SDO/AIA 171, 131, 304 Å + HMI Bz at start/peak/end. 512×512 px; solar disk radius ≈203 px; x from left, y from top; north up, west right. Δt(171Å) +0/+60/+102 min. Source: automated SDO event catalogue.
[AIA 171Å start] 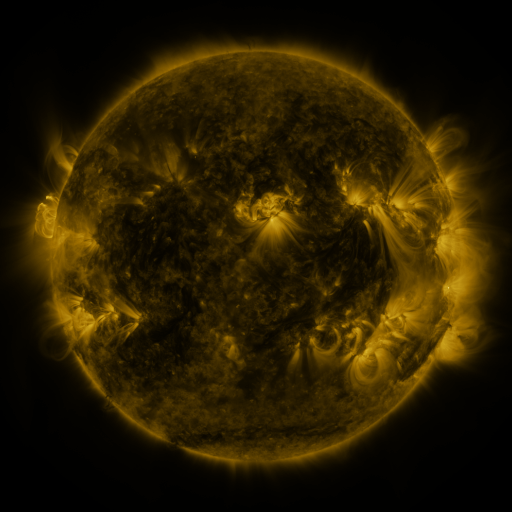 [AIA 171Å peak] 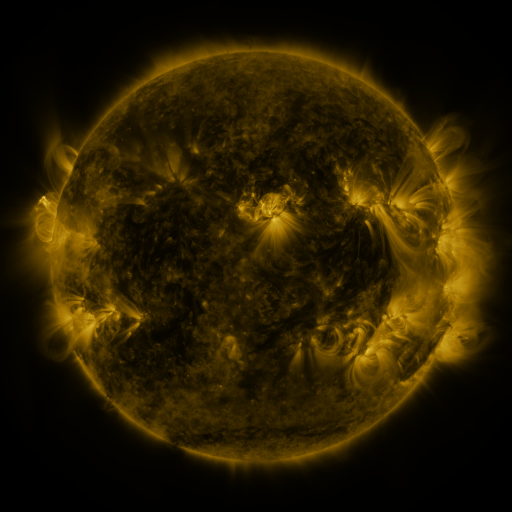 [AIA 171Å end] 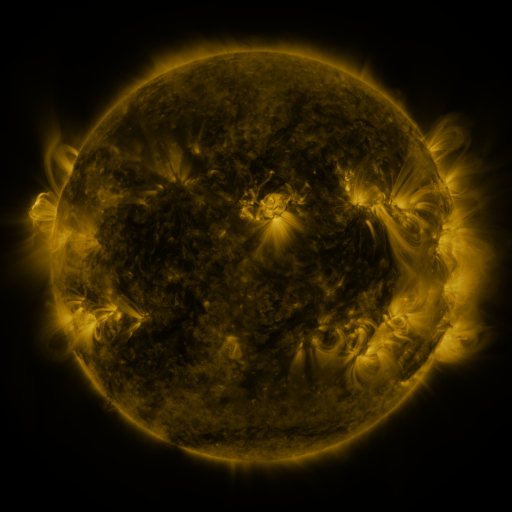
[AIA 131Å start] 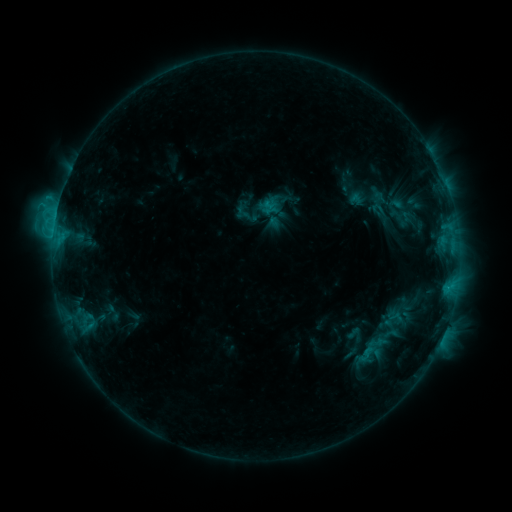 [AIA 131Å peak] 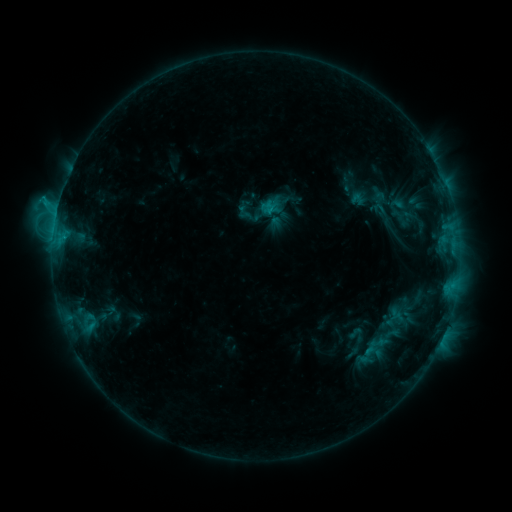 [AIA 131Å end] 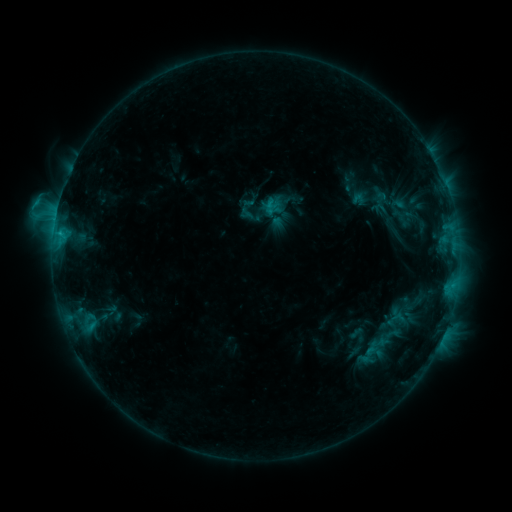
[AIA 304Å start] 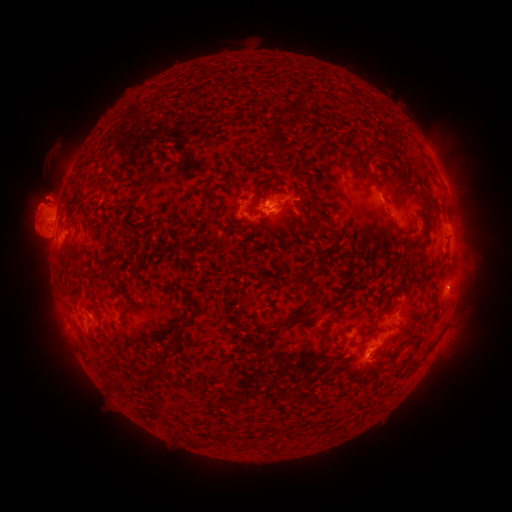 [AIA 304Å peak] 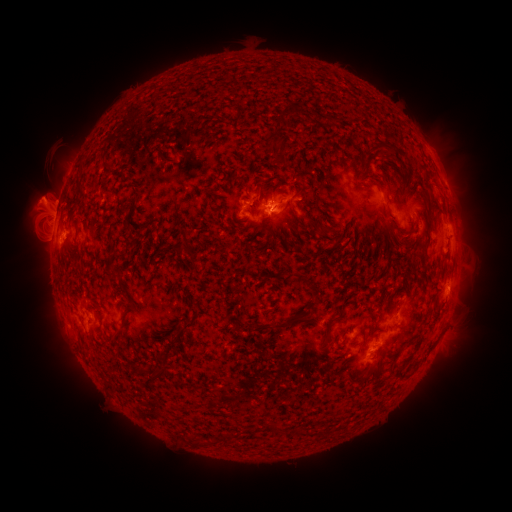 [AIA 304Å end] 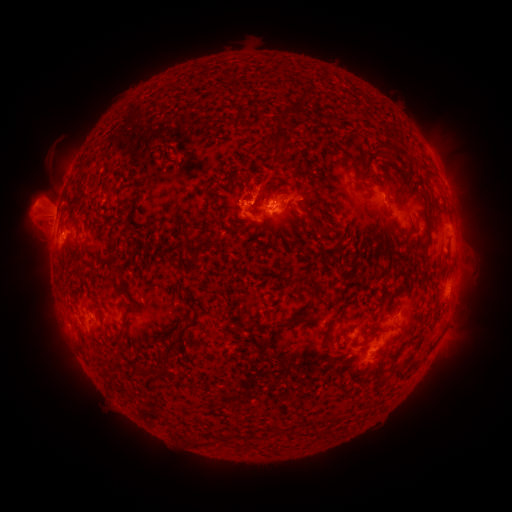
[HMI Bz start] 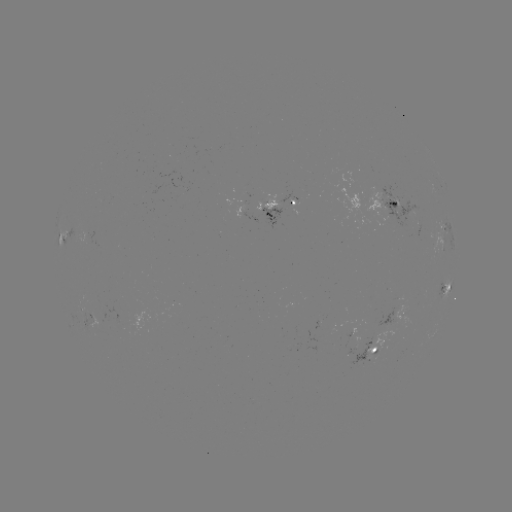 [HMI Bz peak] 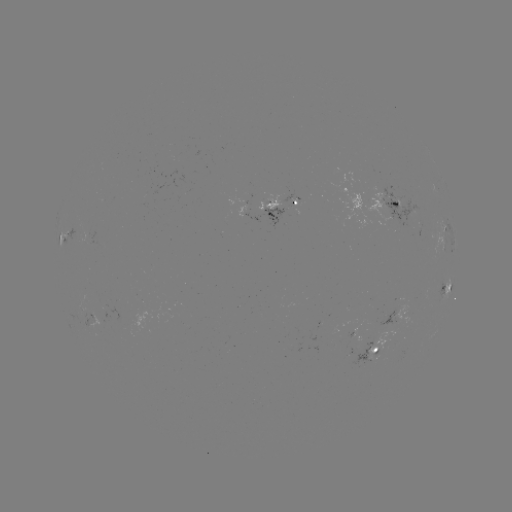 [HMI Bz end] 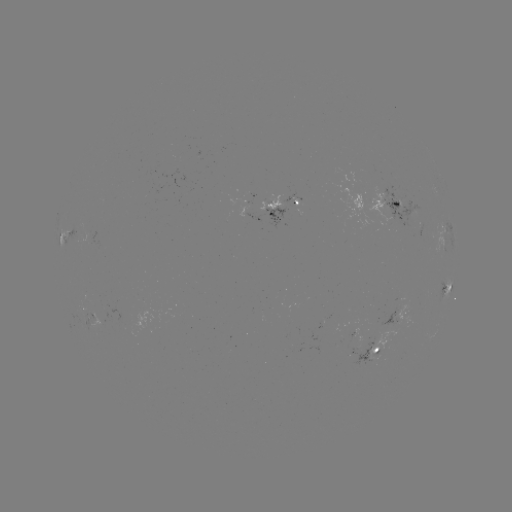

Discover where emerging-flux region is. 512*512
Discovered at (86, 235).